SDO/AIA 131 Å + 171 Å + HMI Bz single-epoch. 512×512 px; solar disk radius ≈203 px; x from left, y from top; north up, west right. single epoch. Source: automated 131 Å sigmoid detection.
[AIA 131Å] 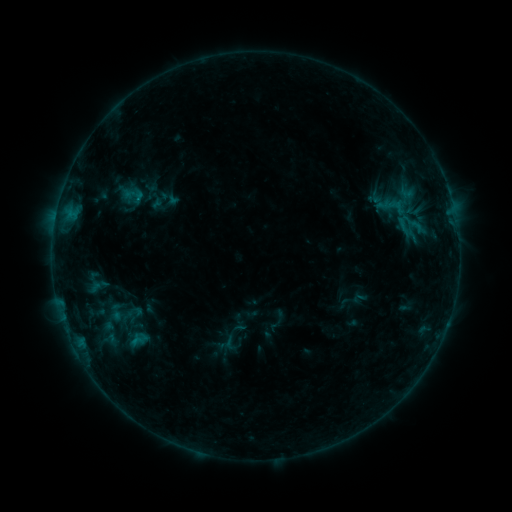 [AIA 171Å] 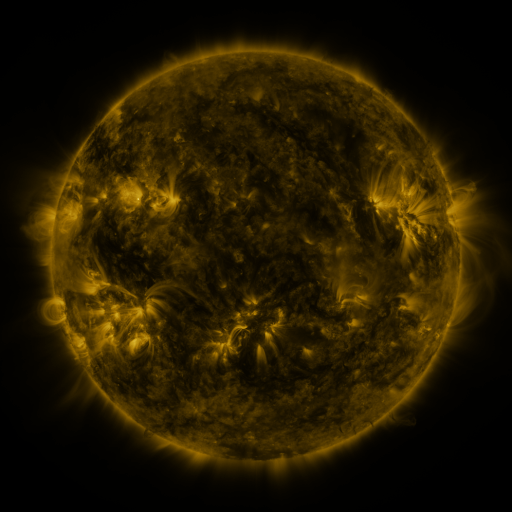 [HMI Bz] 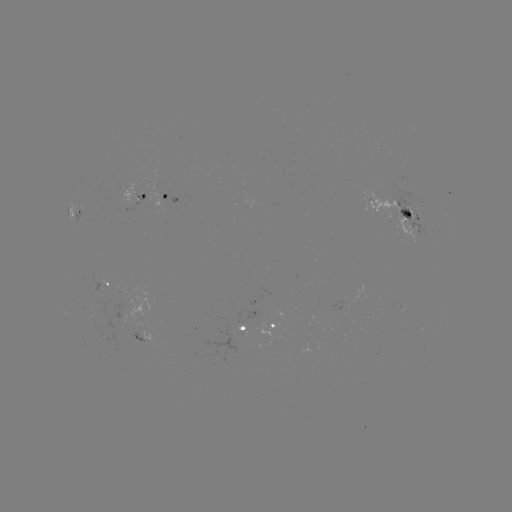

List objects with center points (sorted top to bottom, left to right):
sigmoid: (401, 206)
sigmoid: (131, 314)
